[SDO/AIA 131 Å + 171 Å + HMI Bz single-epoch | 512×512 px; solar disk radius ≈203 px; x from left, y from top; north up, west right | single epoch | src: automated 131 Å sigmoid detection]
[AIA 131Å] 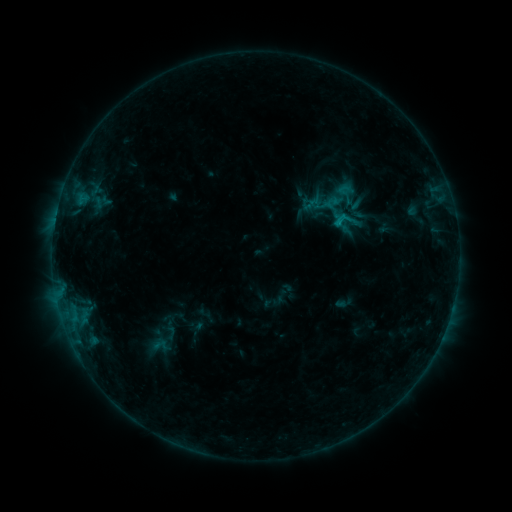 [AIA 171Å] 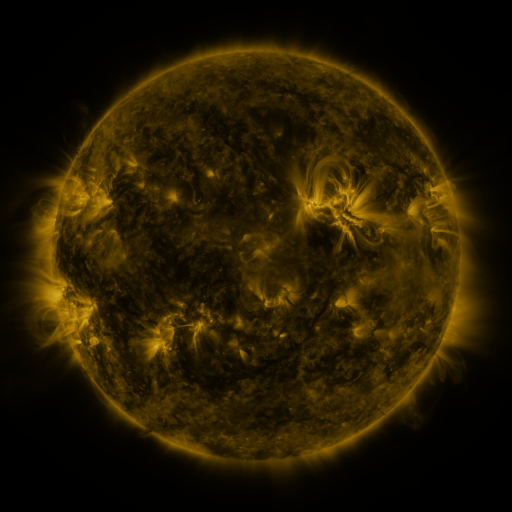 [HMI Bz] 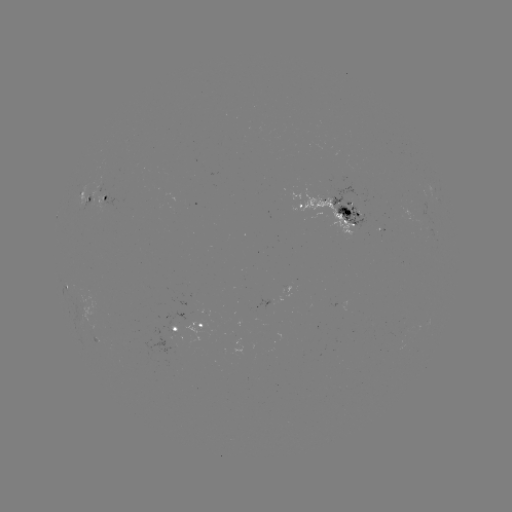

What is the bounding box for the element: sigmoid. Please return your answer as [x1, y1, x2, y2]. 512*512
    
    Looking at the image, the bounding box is [143, 334, 178, 357].